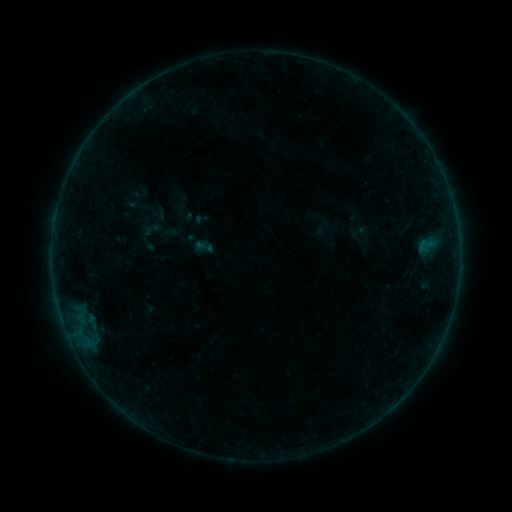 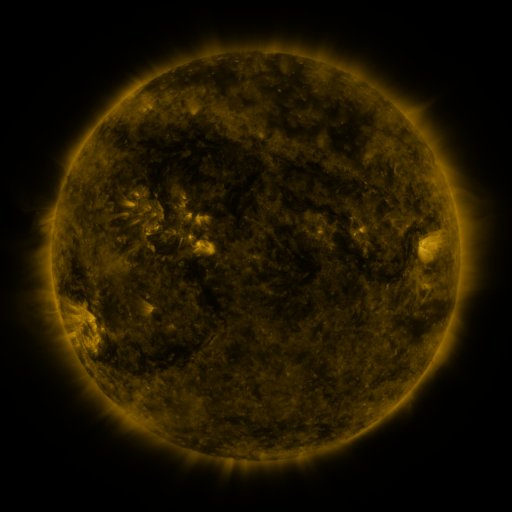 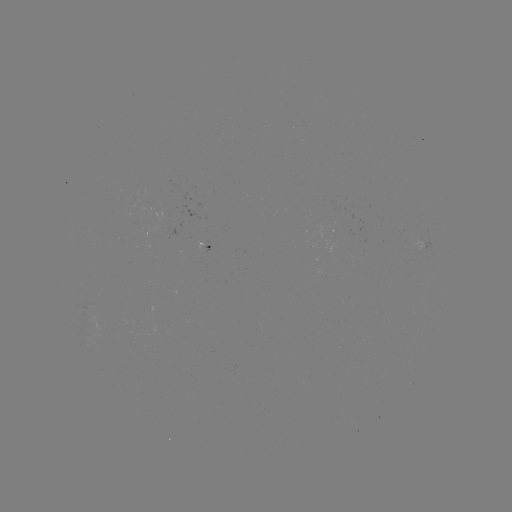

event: sigmoid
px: (204, 247)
